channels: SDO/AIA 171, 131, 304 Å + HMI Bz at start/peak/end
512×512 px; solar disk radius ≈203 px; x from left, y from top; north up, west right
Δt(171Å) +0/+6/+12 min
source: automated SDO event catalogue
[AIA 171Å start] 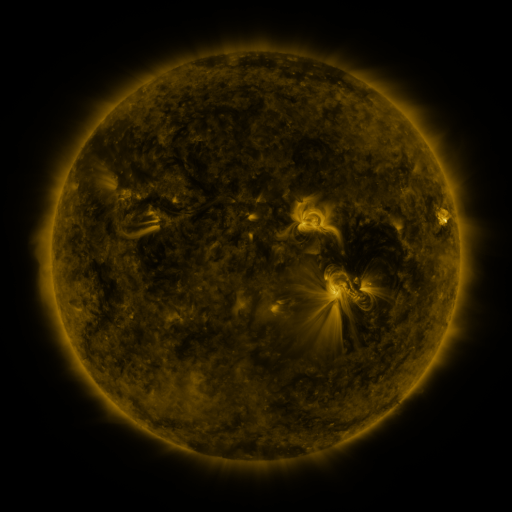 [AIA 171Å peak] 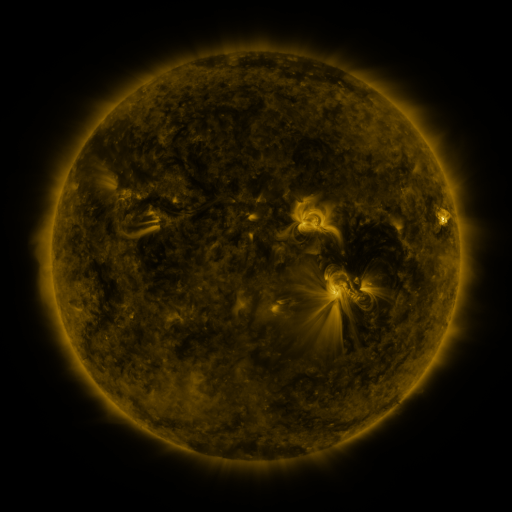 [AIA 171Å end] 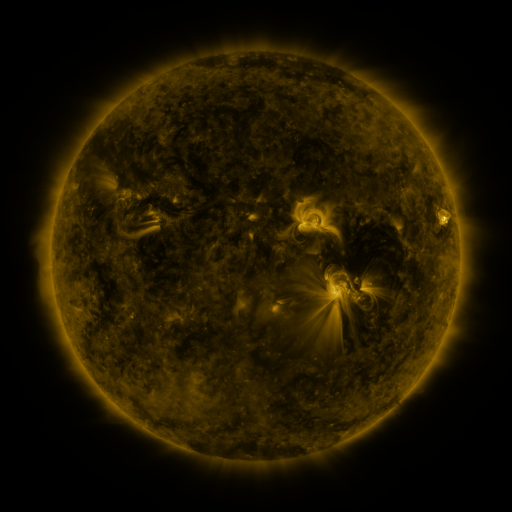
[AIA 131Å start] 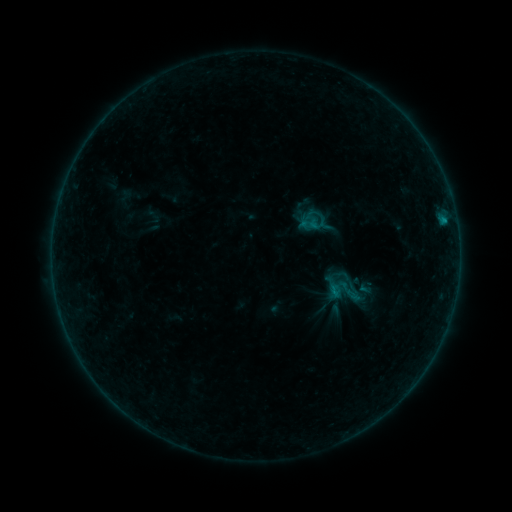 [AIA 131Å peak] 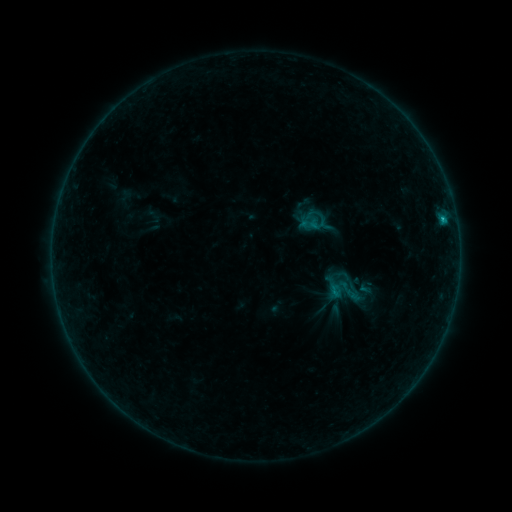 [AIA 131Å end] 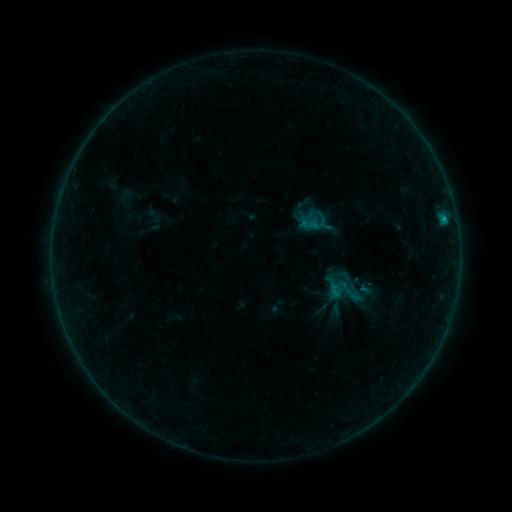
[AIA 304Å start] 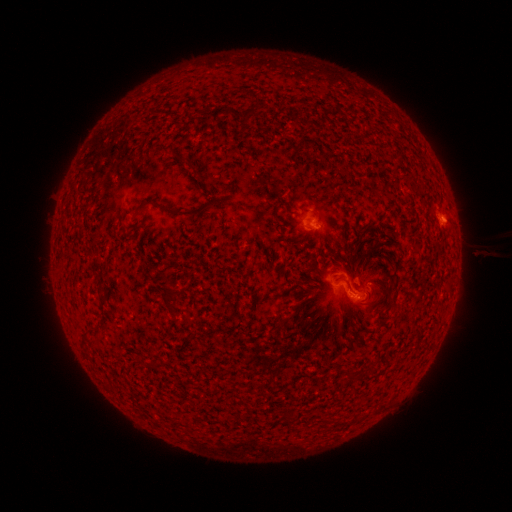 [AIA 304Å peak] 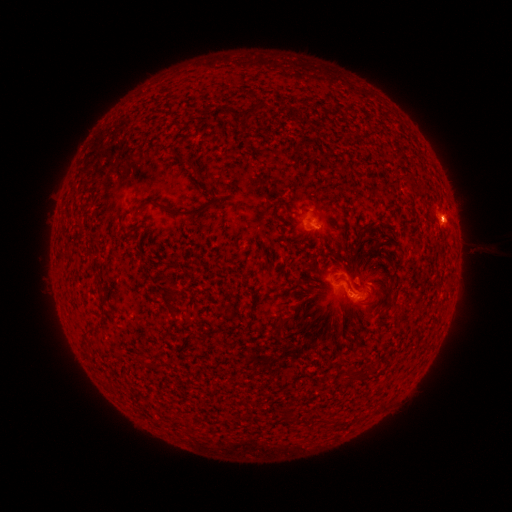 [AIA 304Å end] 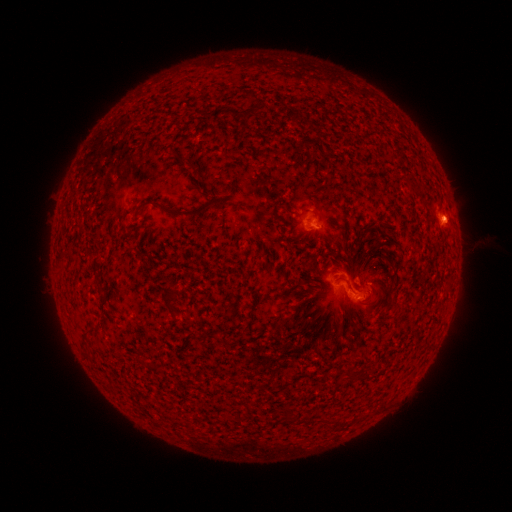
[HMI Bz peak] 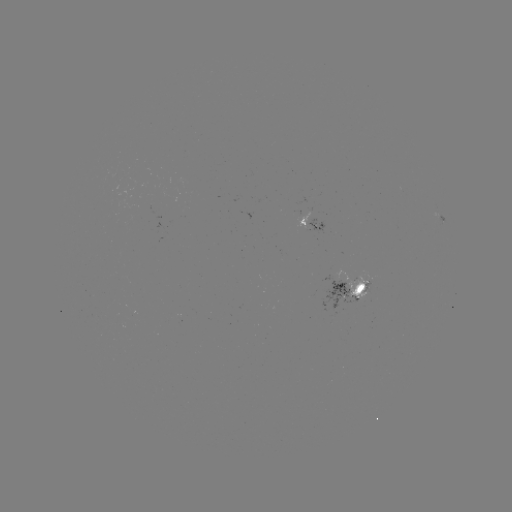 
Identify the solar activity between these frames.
B5.7 flare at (441, 219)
